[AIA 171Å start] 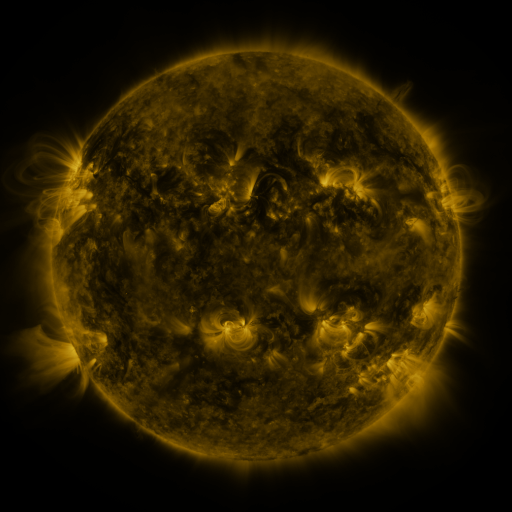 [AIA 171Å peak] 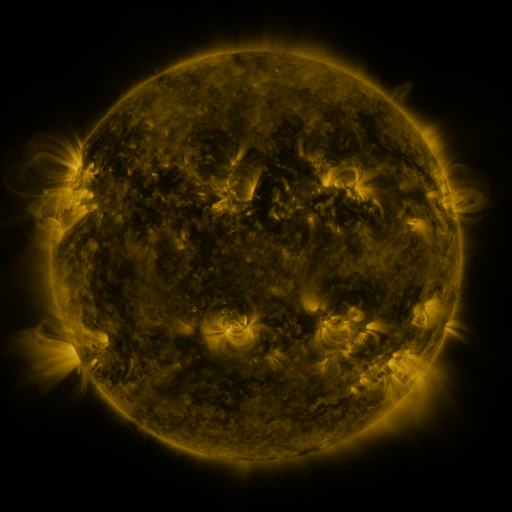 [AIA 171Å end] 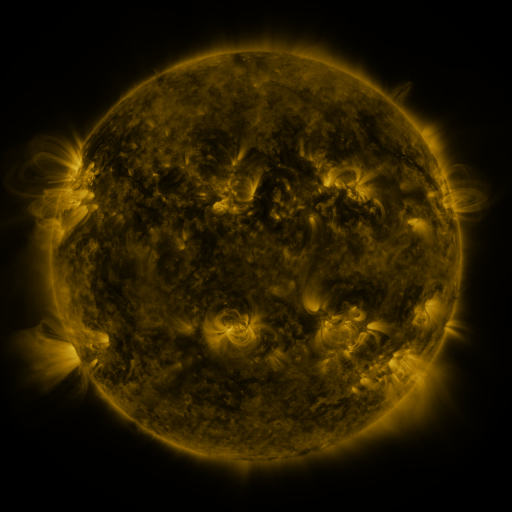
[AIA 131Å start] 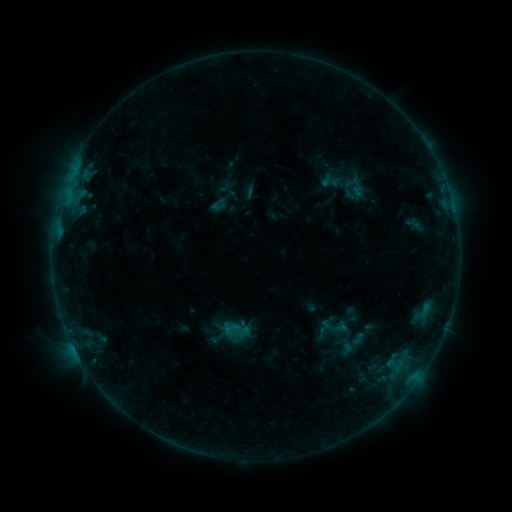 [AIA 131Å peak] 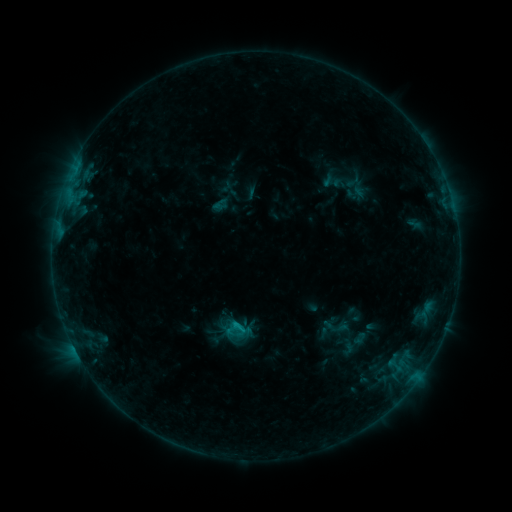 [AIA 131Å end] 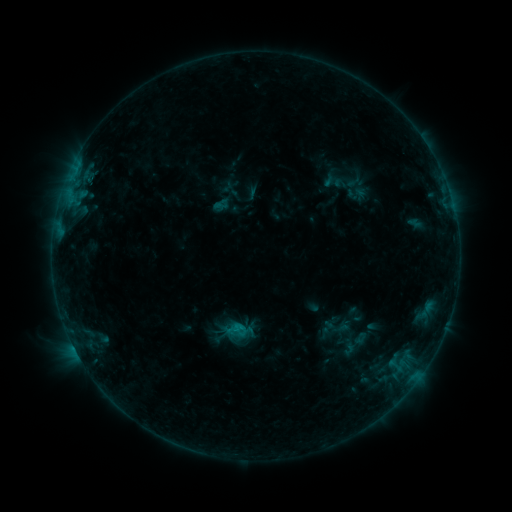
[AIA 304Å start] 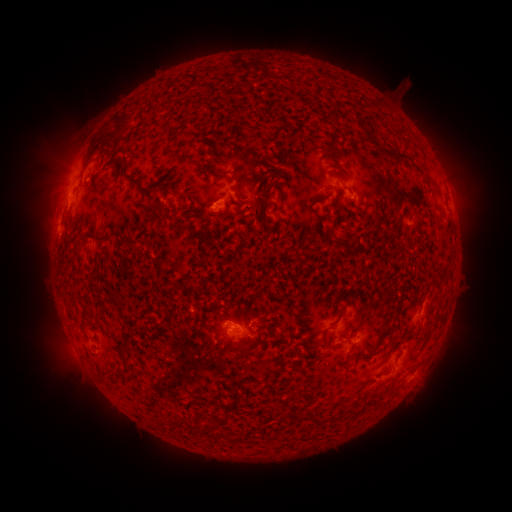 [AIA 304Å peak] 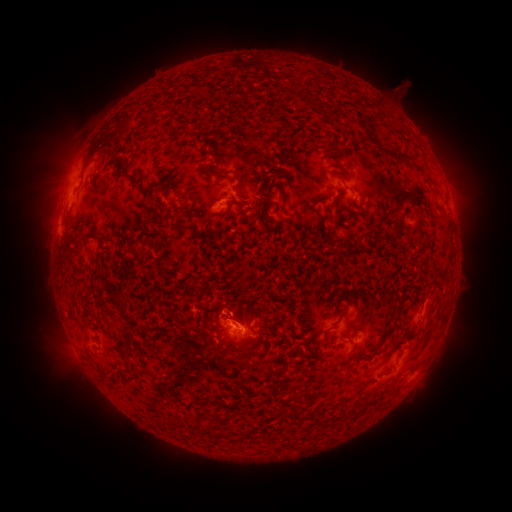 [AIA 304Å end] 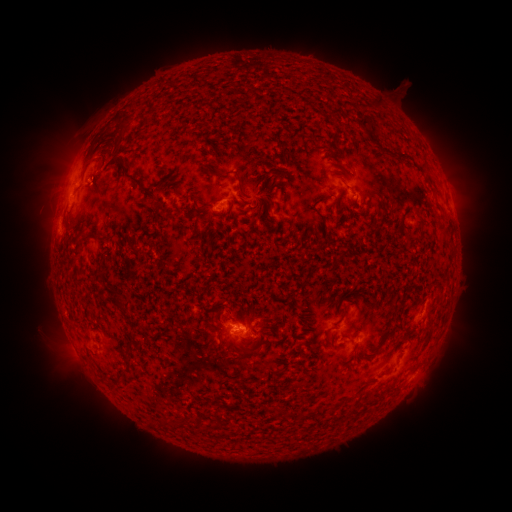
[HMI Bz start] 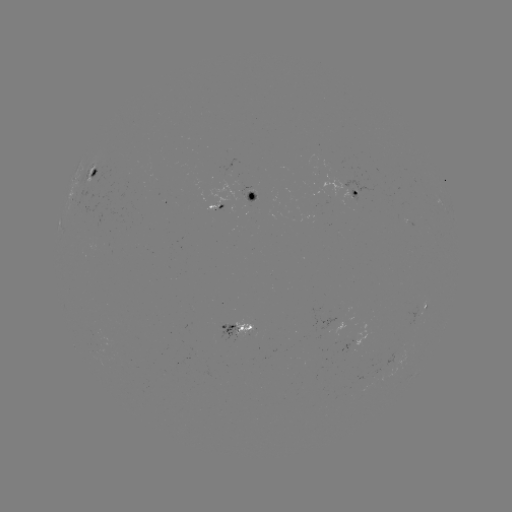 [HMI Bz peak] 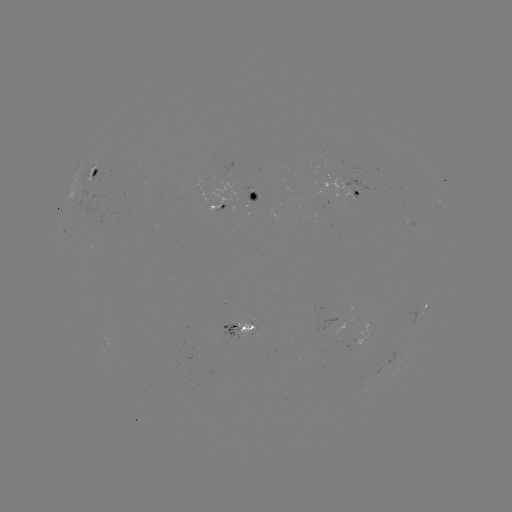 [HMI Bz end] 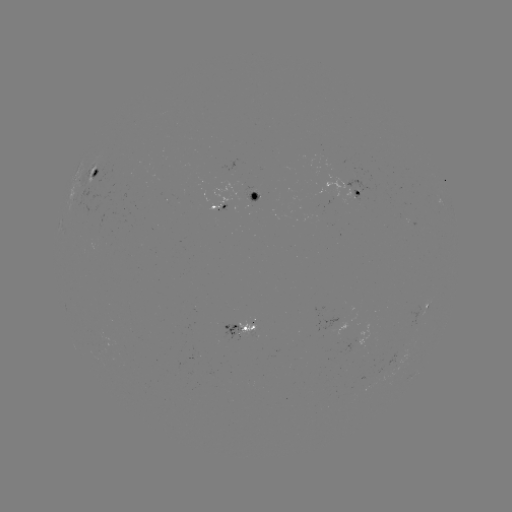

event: emerging-flux region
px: (248, 326)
